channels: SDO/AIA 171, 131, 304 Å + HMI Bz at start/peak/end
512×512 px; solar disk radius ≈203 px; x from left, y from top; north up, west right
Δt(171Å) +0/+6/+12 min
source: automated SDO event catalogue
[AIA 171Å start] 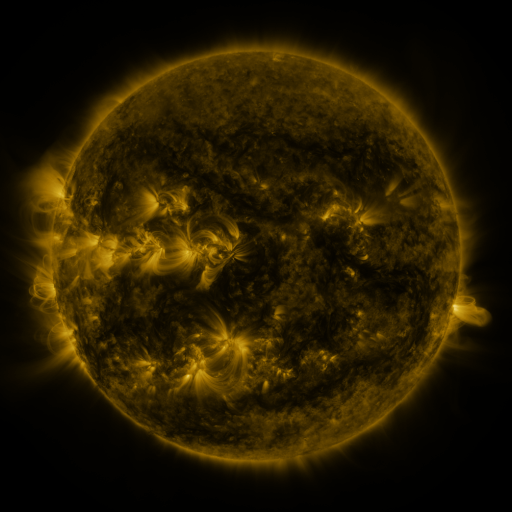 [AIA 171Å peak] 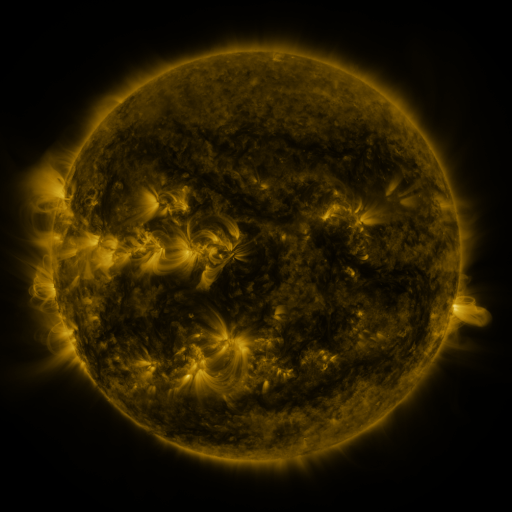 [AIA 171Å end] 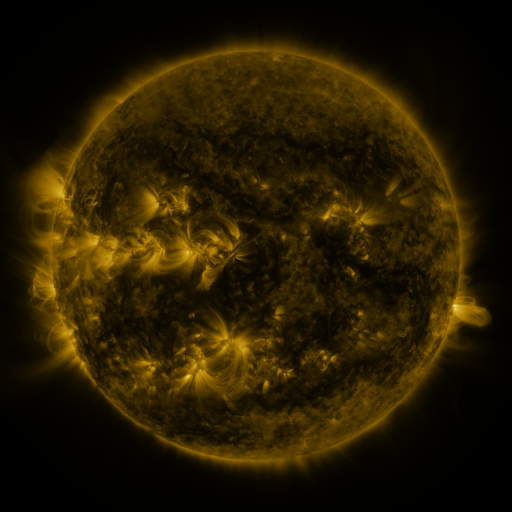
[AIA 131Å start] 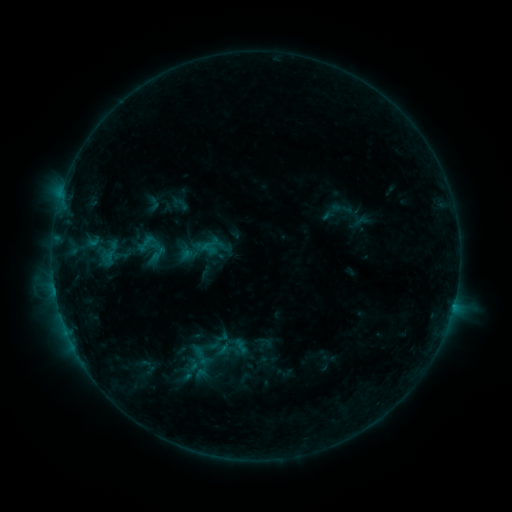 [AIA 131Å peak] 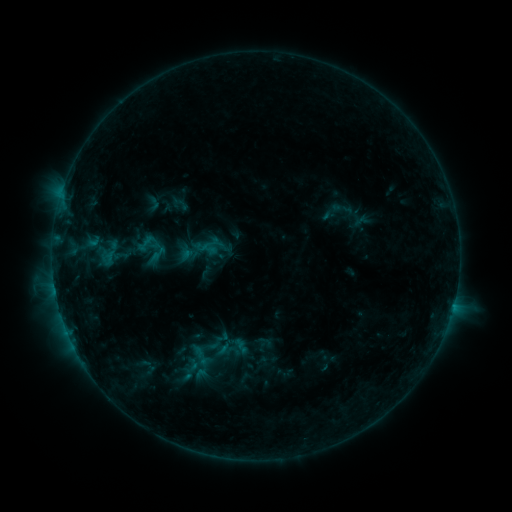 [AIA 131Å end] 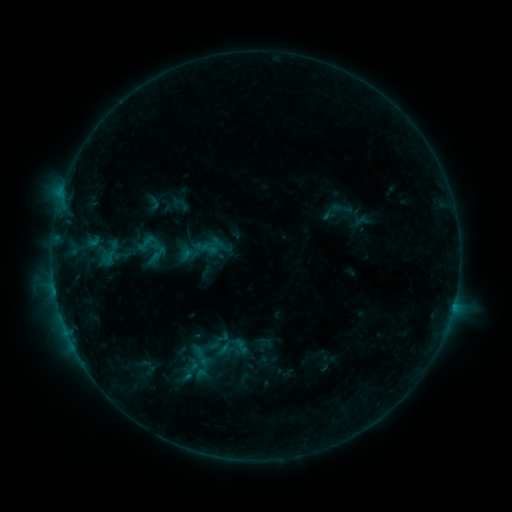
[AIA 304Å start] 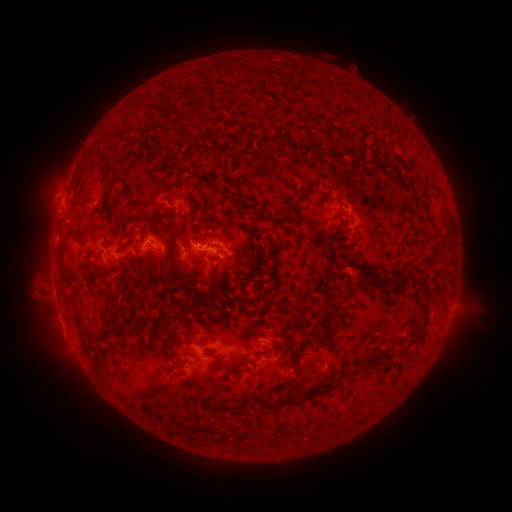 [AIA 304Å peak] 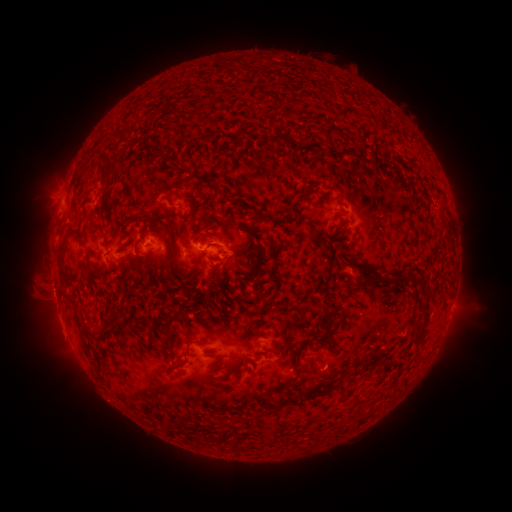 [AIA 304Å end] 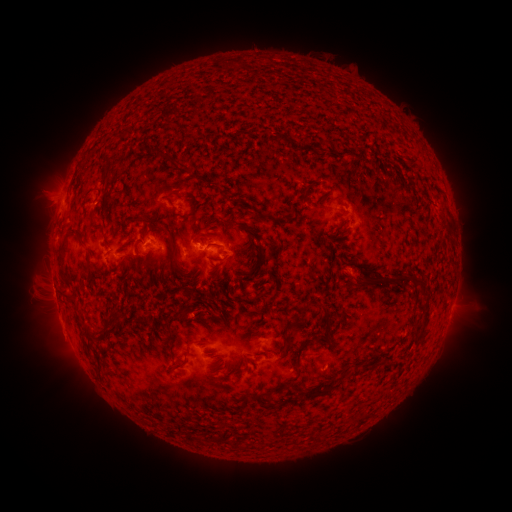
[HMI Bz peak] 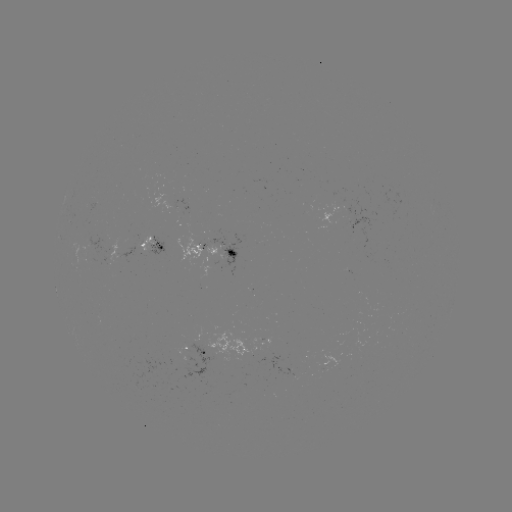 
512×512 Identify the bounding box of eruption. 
[24, 171, 80, 221].